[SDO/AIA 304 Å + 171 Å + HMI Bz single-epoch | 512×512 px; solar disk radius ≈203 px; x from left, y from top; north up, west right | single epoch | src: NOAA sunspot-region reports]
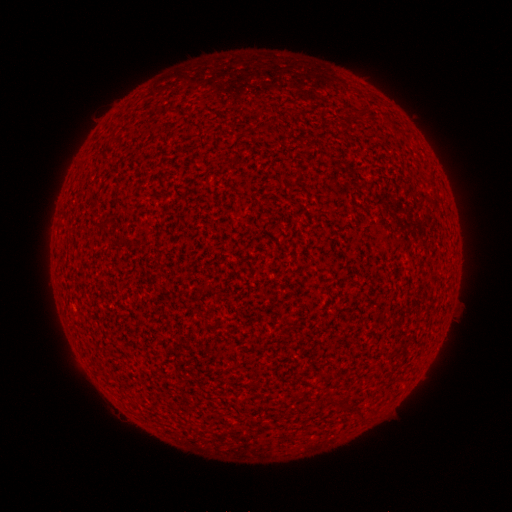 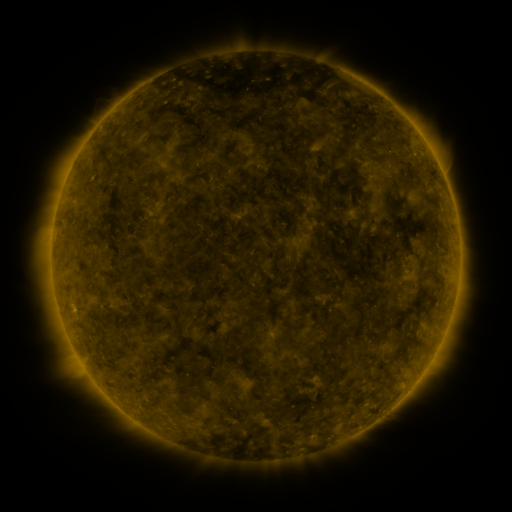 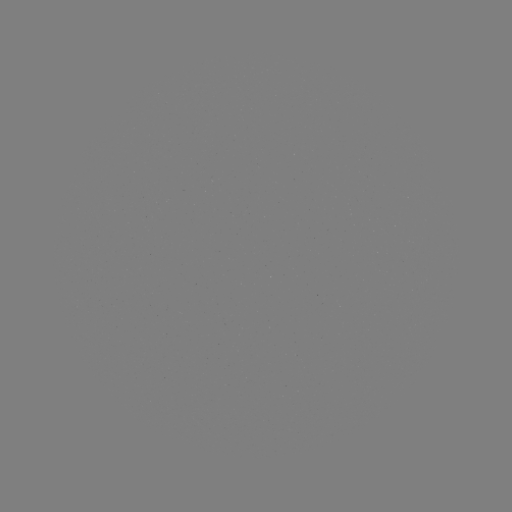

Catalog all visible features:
(none)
